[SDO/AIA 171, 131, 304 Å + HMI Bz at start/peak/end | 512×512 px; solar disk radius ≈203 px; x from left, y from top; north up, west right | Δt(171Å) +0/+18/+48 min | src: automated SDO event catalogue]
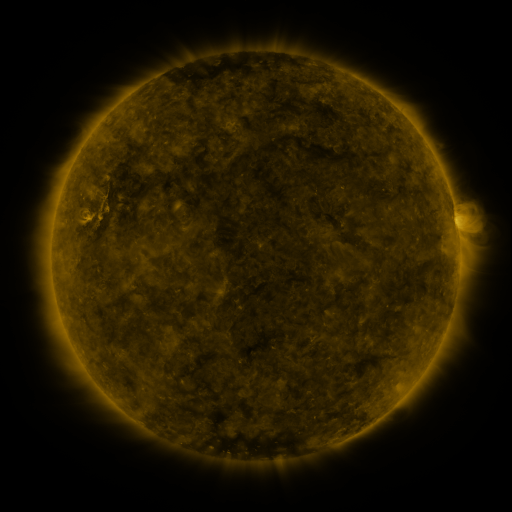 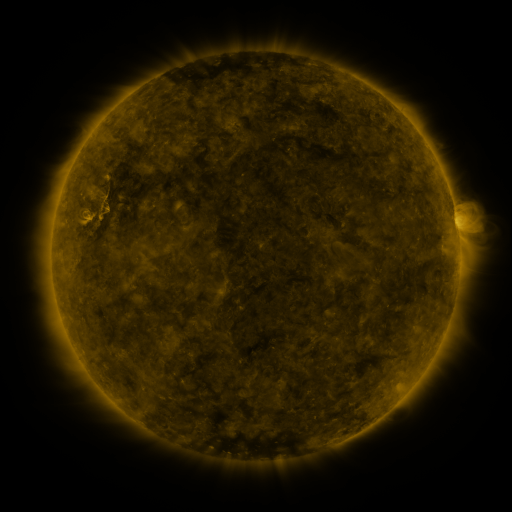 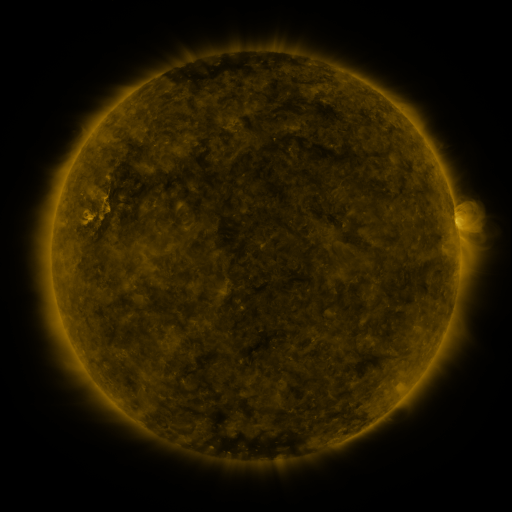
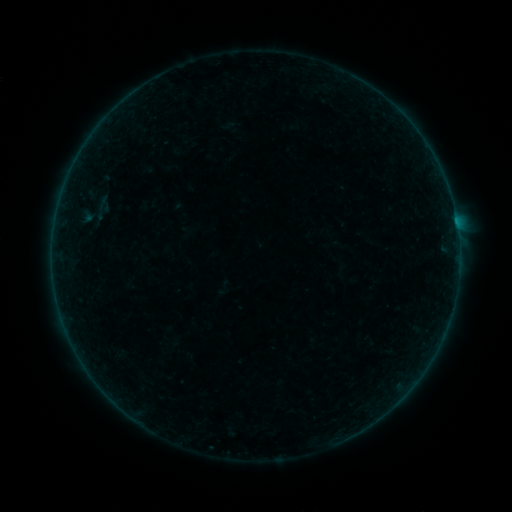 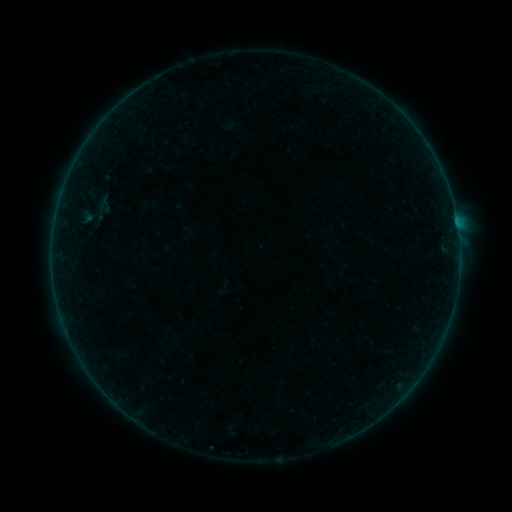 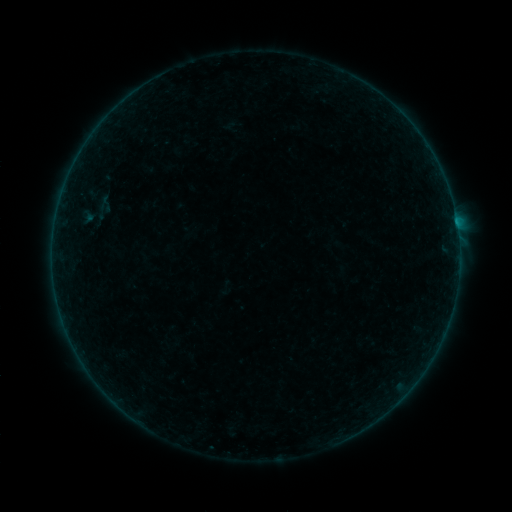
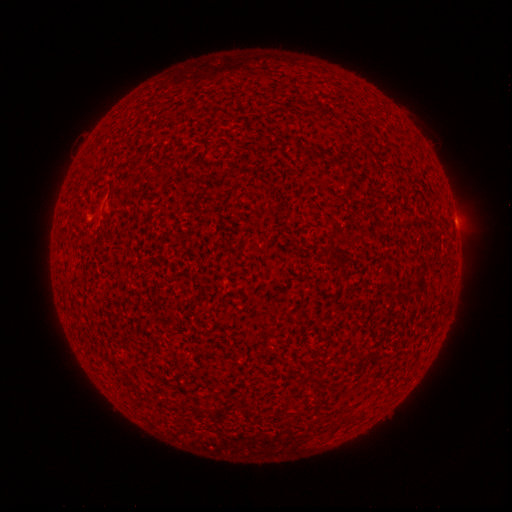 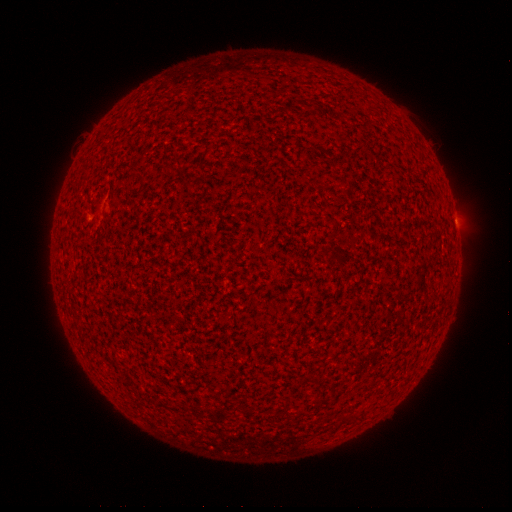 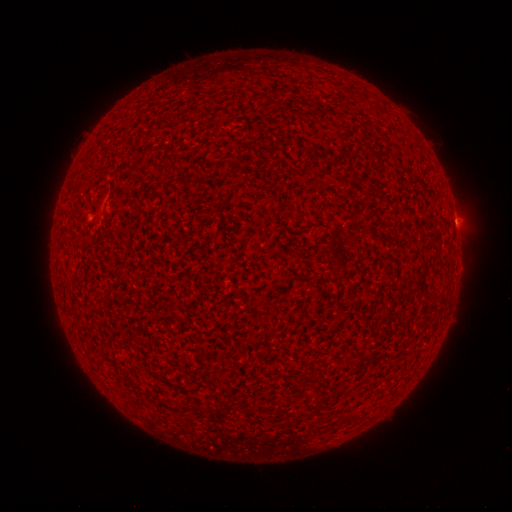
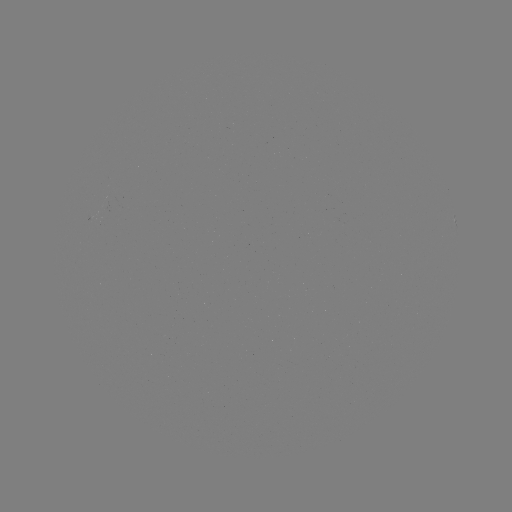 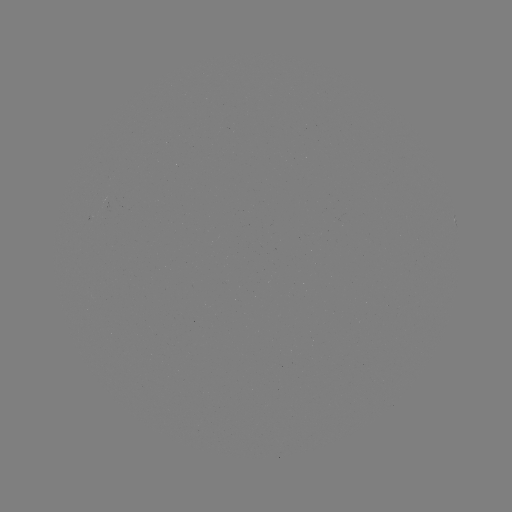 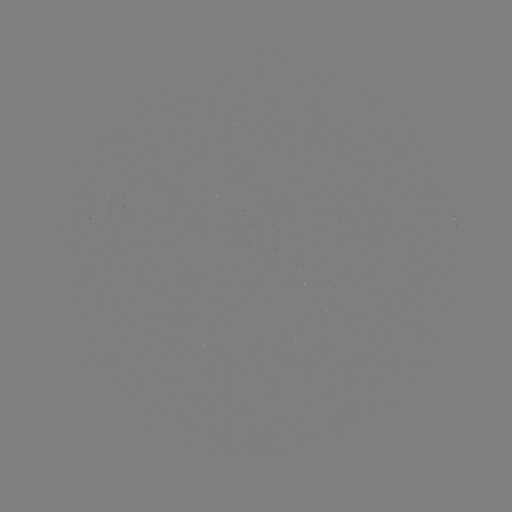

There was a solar flare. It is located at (456, 224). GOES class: A7.2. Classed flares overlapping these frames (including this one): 2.